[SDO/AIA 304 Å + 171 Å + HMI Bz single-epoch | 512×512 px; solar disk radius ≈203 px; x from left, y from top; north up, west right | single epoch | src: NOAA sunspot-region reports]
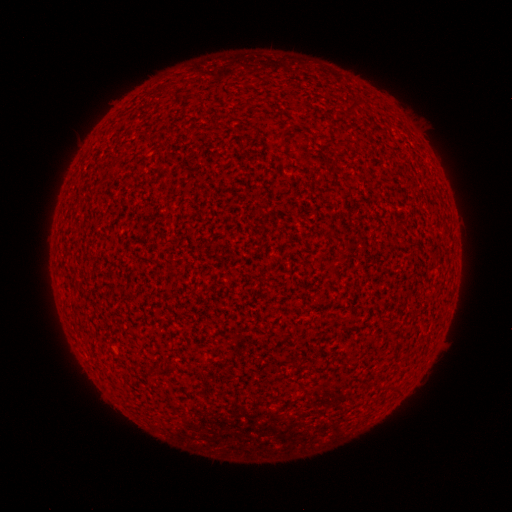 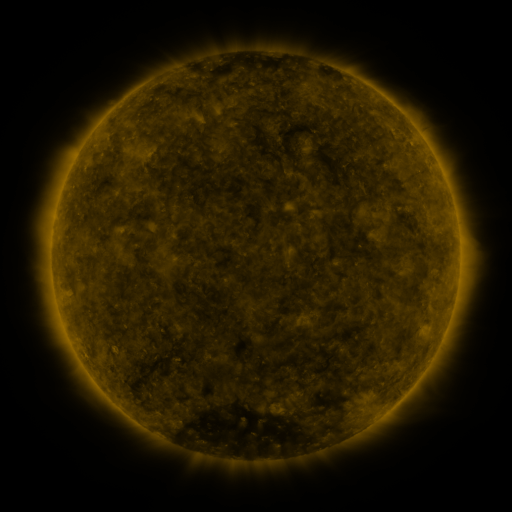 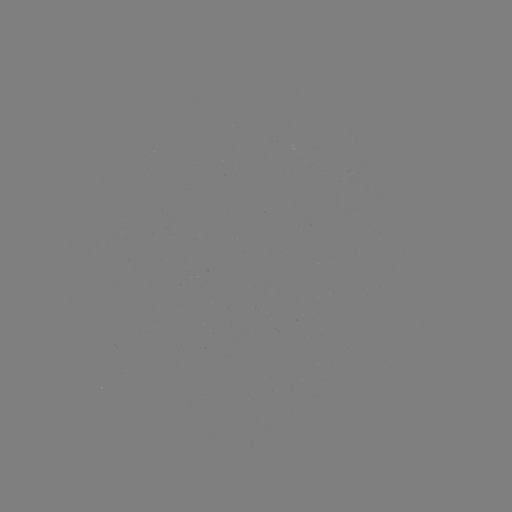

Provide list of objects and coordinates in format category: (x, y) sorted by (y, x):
(none)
